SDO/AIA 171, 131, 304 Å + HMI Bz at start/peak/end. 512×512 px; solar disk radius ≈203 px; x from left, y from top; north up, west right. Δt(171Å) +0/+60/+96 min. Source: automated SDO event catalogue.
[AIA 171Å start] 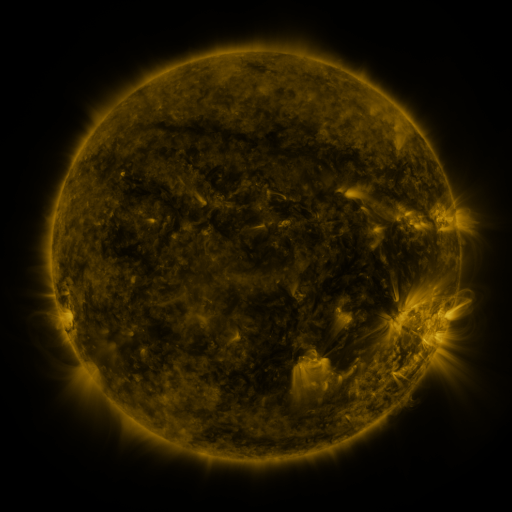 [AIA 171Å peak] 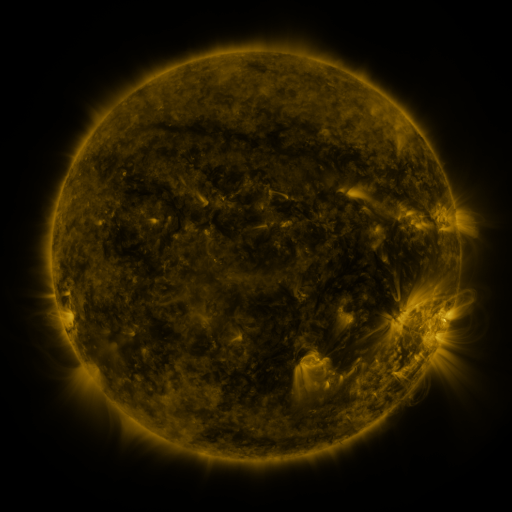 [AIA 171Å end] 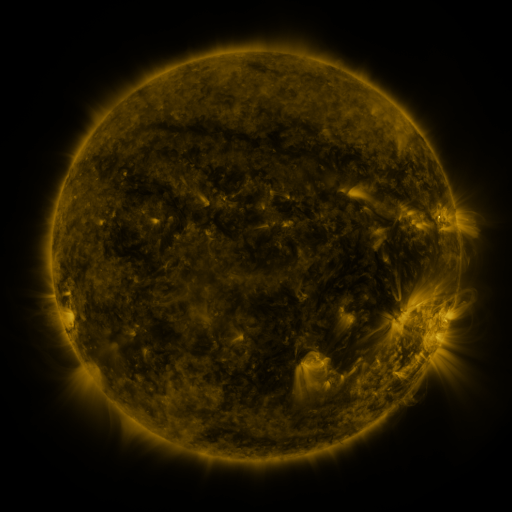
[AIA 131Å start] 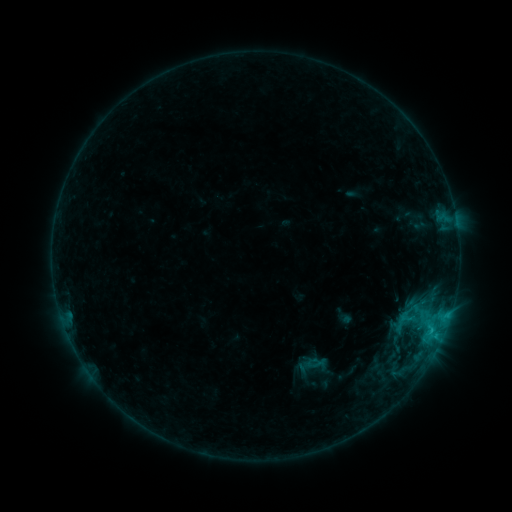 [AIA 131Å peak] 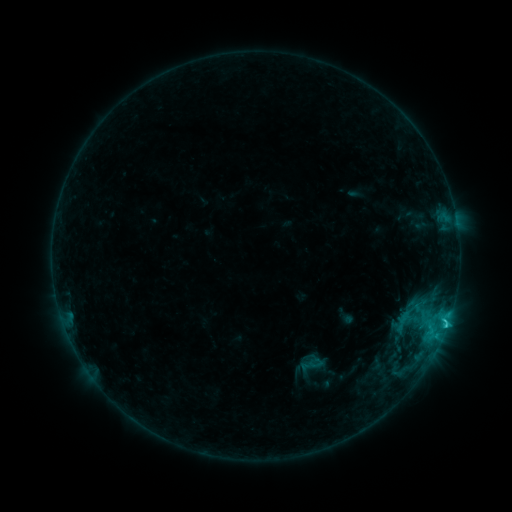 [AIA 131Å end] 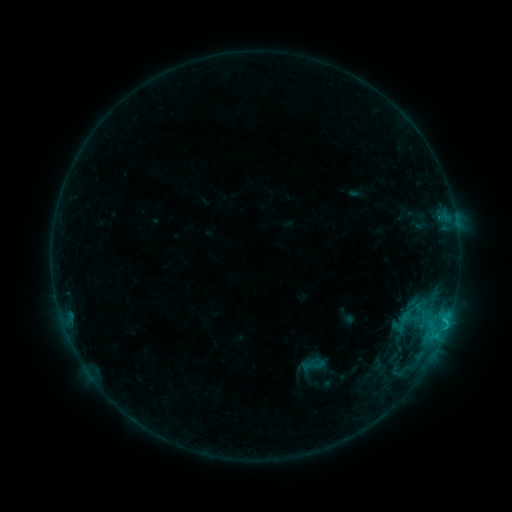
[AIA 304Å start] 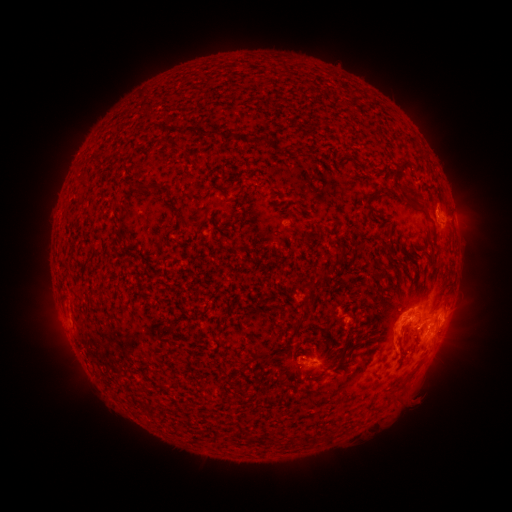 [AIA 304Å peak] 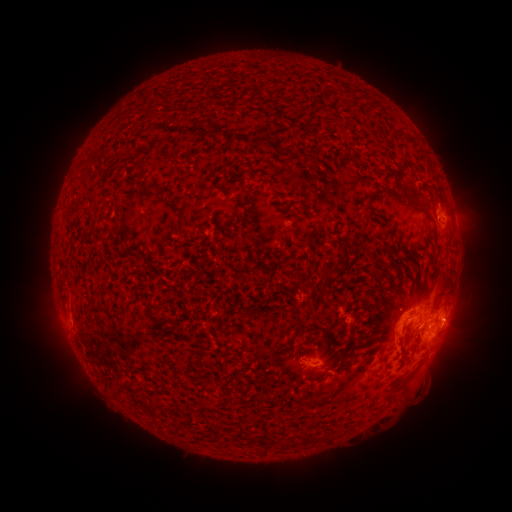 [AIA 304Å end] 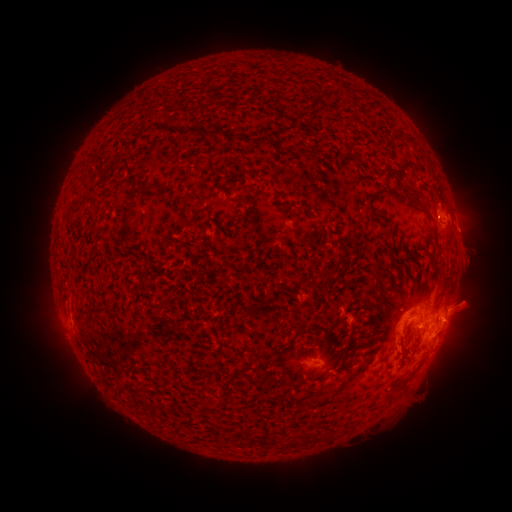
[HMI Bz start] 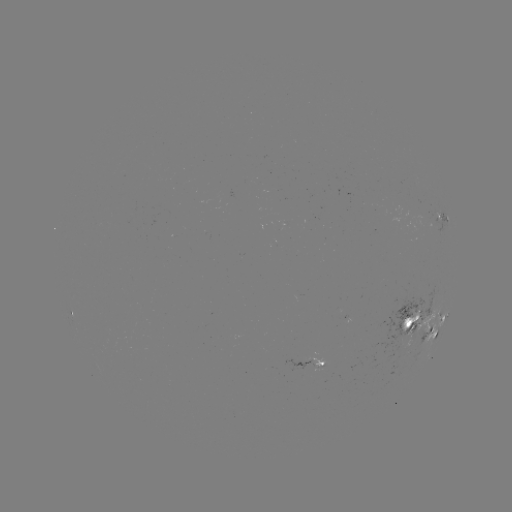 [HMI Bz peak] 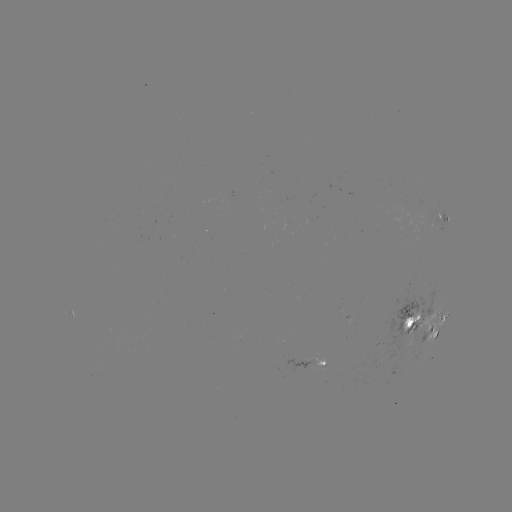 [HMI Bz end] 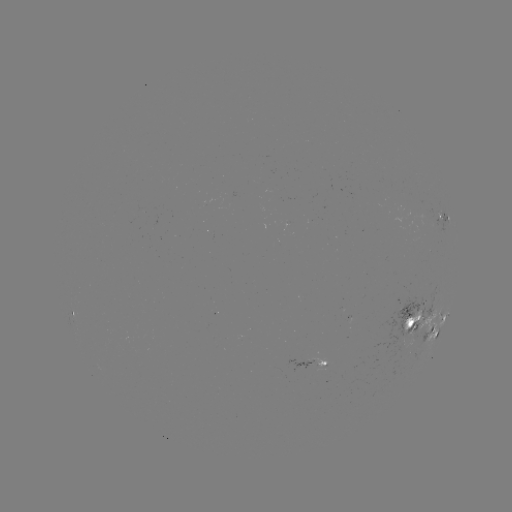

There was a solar emerging-flux region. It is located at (305, 363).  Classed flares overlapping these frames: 1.